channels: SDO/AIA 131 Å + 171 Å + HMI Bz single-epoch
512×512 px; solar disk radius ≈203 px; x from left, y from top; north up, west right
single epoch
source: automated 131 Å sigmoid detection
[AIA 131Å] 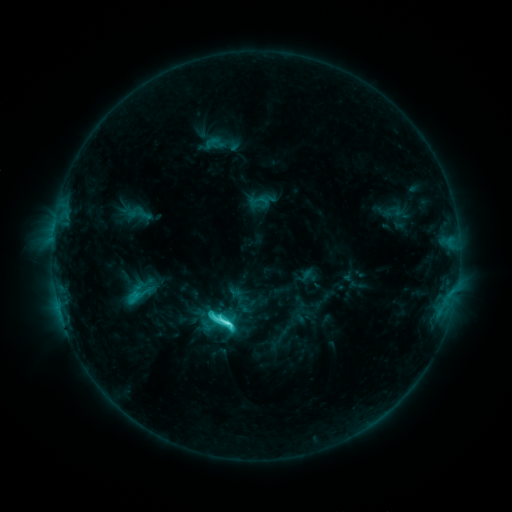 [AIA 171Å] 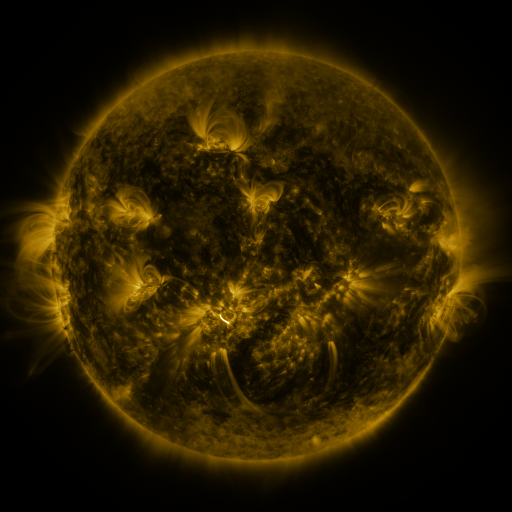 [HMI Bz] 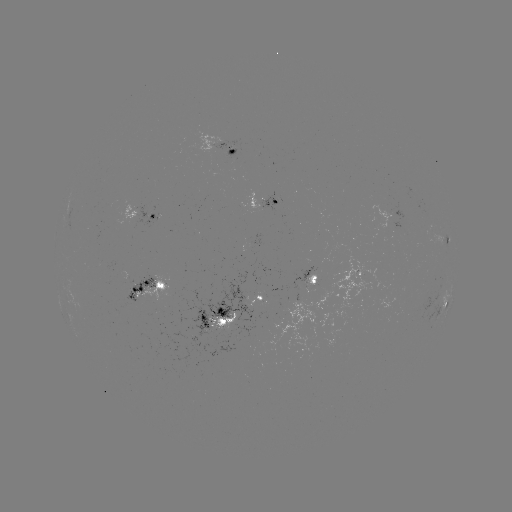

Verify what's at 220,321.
sigmoid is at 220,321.